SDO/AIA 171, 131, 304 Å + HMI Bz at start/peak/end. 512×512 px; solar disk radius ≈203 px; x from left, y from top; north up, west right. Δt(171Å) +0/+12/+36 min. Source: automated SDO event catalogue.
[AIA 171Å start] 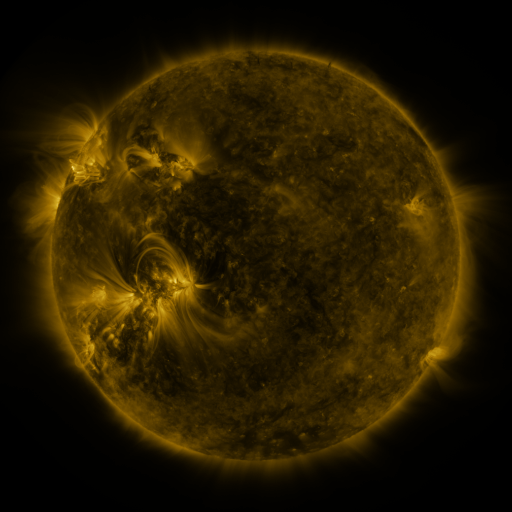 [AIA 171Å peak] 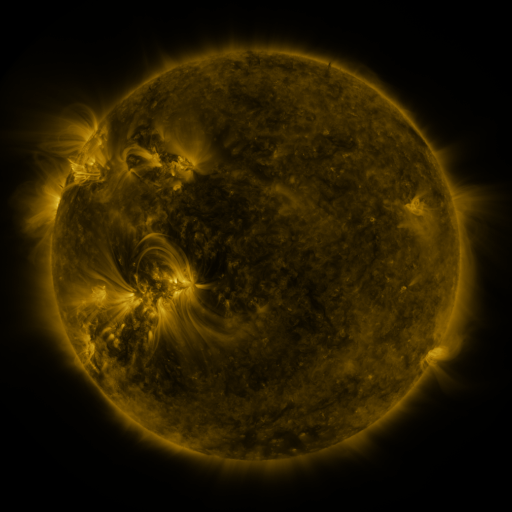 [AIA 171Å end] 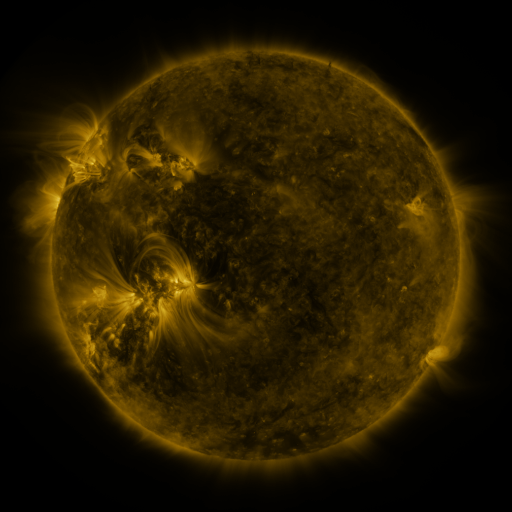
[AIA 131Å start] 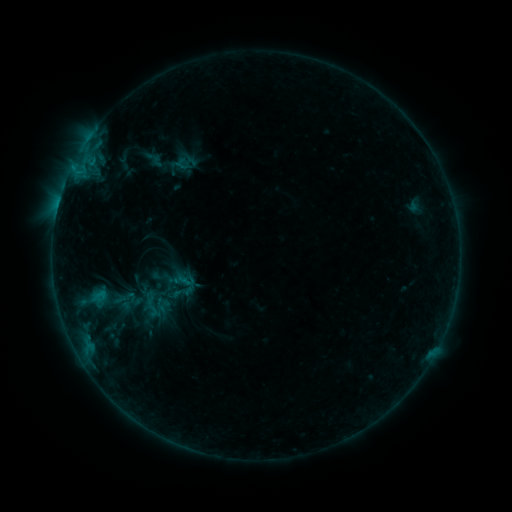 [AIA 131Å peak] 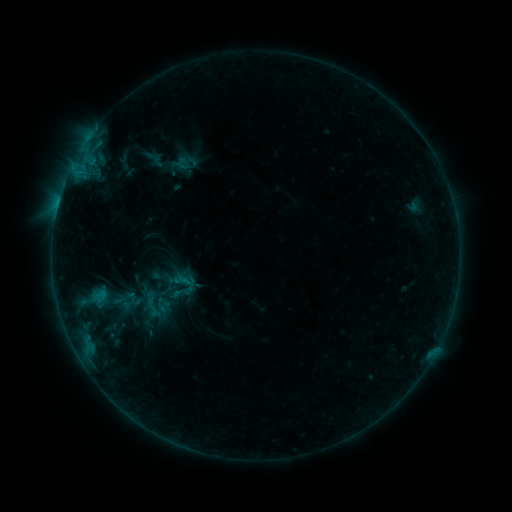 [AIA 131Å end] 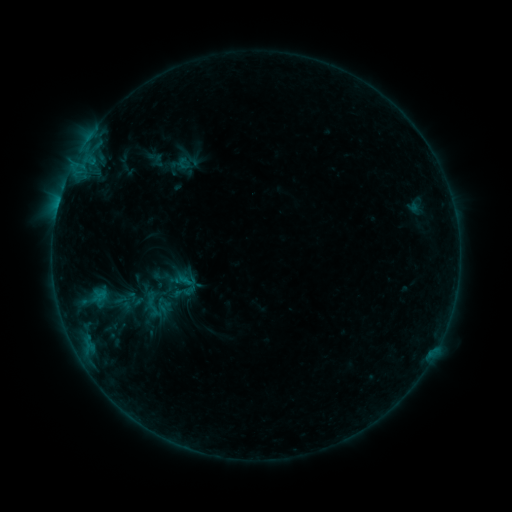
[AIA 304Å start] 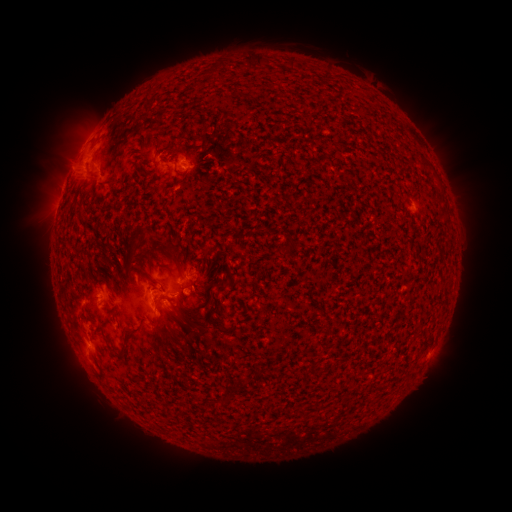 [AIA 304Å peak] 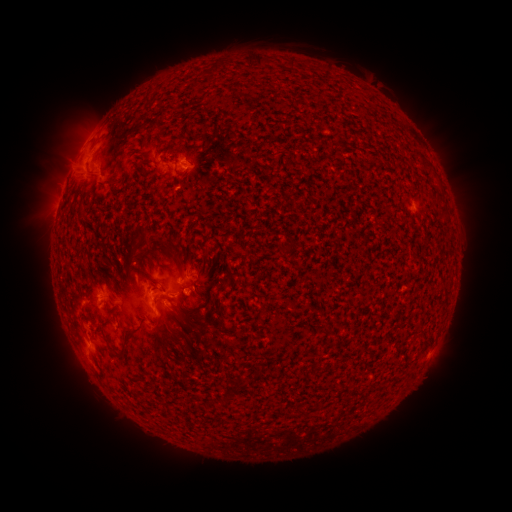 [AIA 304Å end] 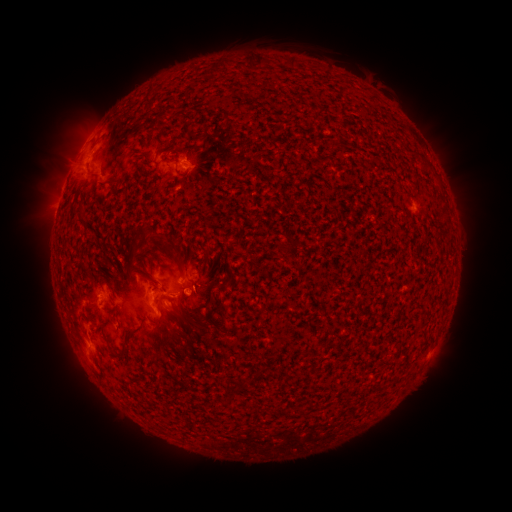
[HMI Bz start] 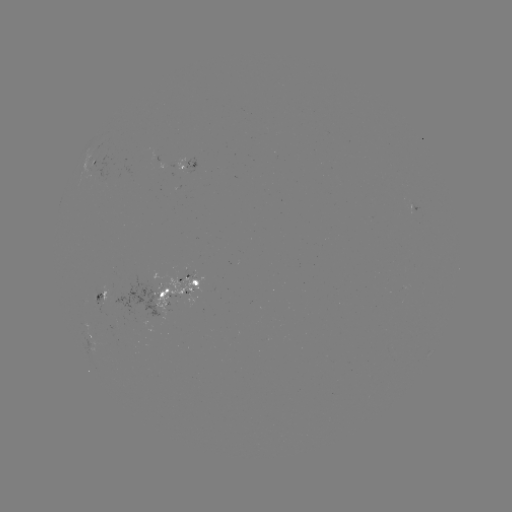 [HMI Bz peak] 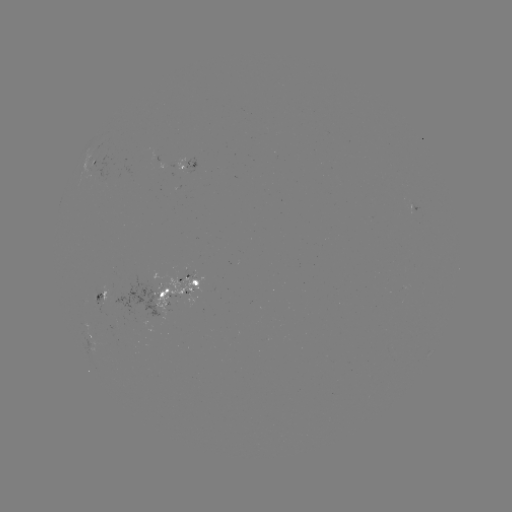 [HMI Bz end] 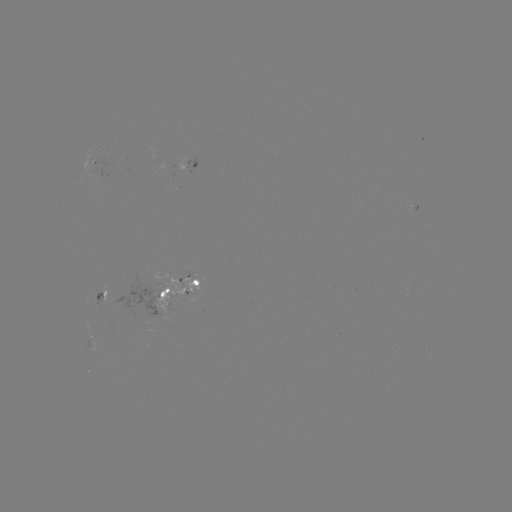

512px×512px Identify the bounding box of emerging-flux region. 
[105, 275, 169, 319].